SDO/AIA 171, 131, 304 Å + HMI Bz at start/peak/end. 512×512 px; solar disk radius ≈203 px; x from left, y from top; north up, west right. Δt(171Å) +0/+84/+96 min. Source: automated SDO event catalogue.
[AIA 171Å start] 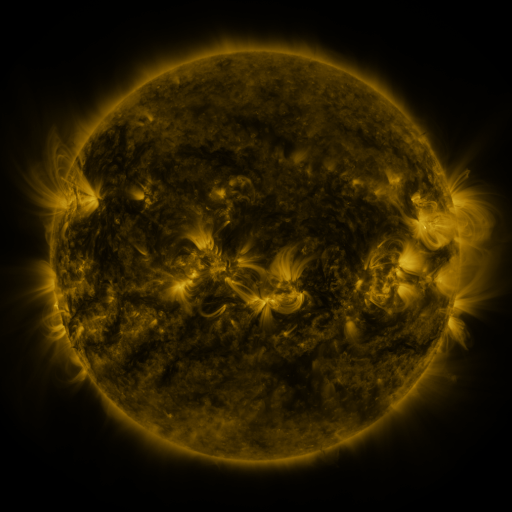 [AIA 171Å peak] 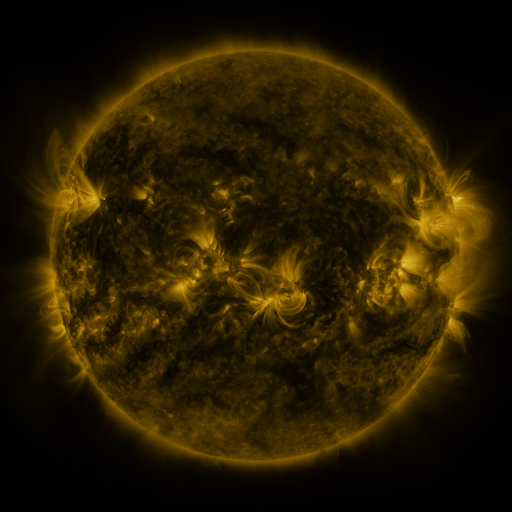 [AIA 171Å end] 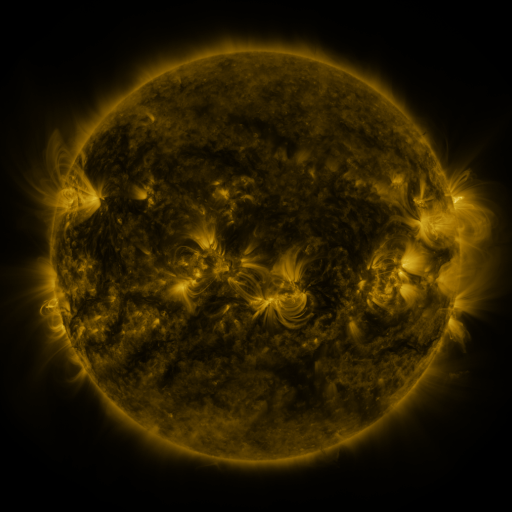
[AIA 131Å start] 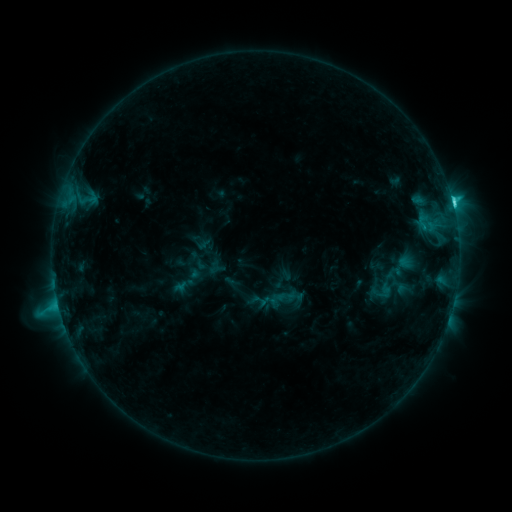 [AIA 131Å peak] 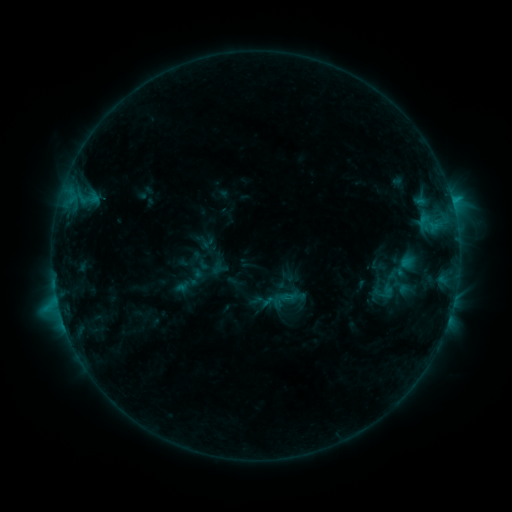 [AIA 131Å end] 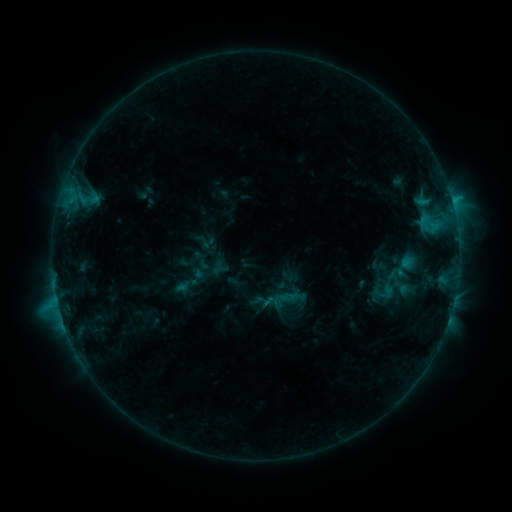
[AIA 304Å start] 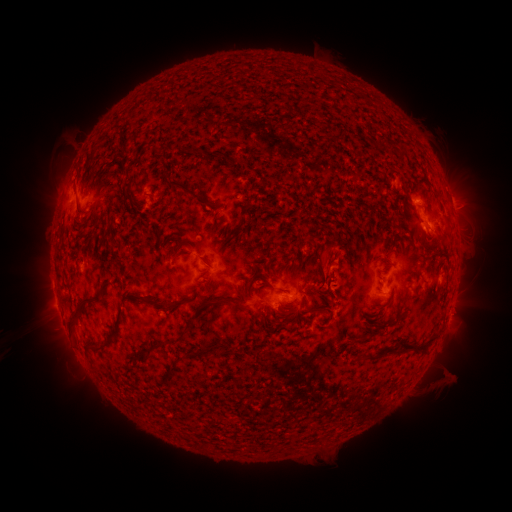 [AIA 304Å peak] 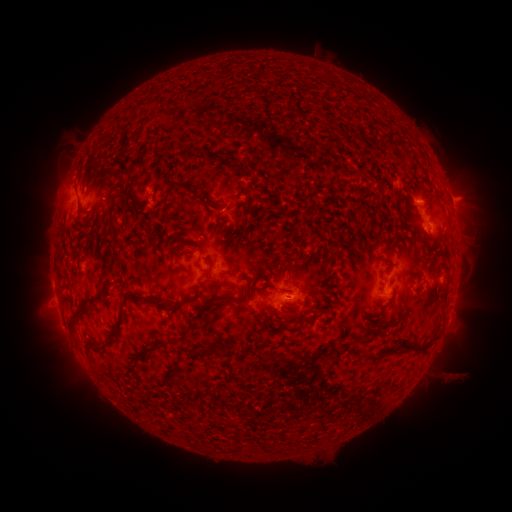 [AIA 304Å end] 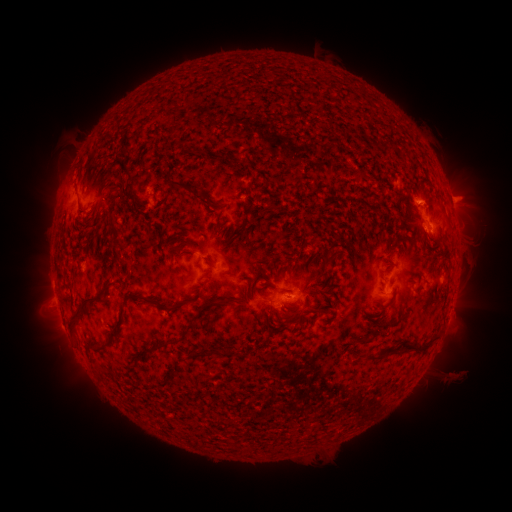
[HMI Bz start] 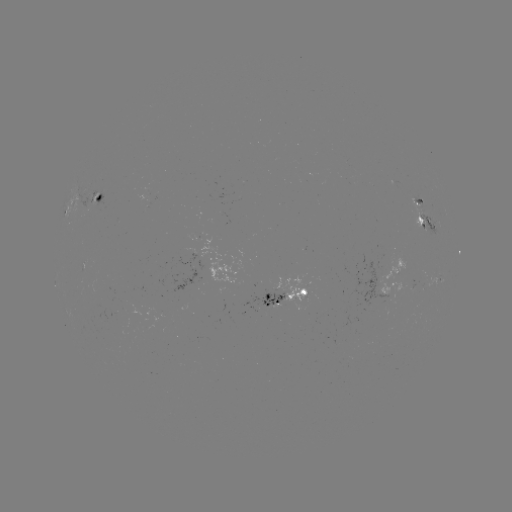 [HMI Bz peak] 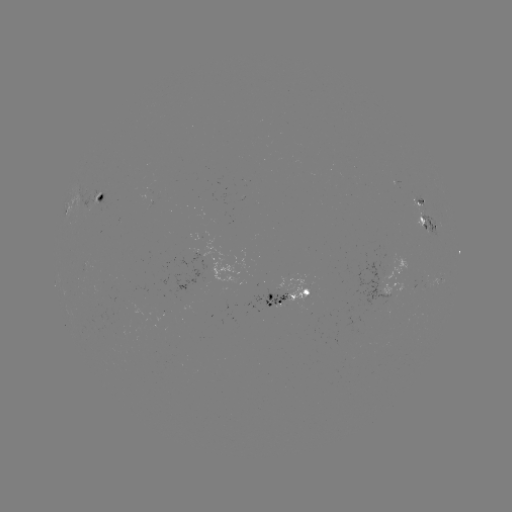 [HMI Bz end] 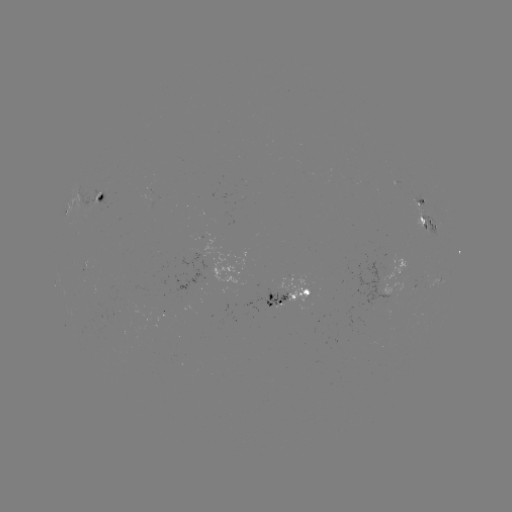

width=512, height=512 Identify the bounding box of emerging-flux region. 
[408, 197, 428, 232].